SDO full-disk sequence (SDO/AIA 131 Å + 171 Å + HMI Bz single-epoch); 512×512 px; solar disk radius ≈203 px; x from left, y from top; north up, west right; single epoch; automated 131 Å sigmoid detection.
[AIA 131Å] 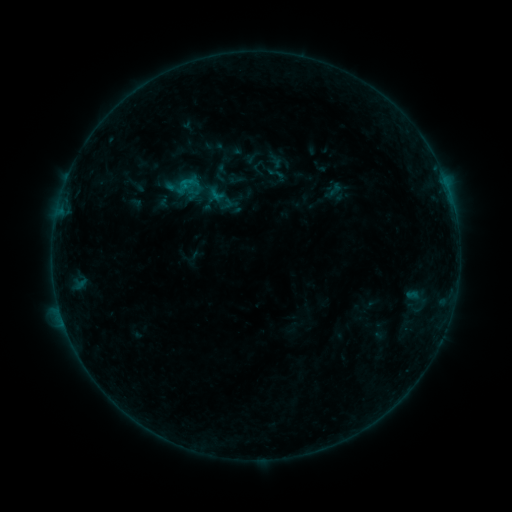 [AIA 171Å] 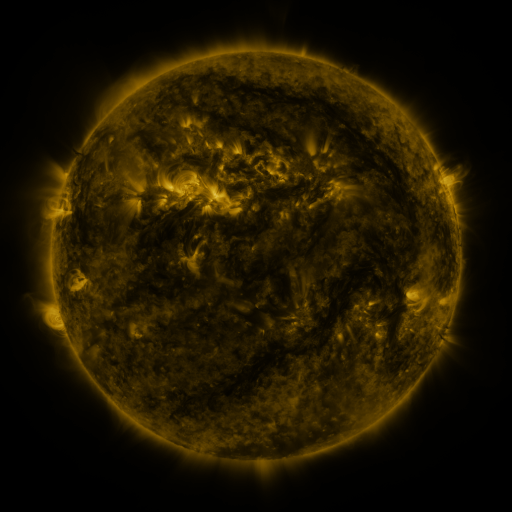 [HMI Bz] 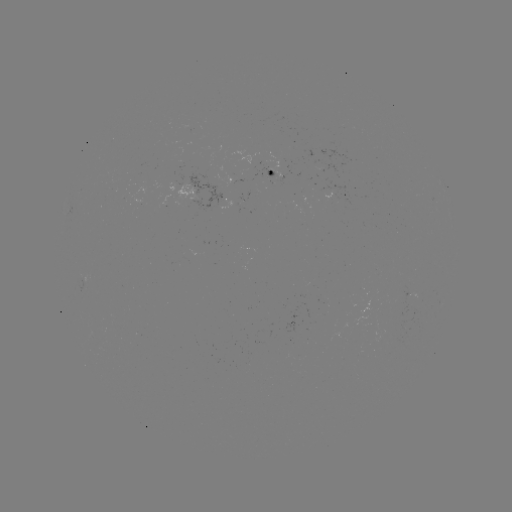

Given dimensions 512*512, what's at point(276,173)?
sigmoid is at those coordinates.